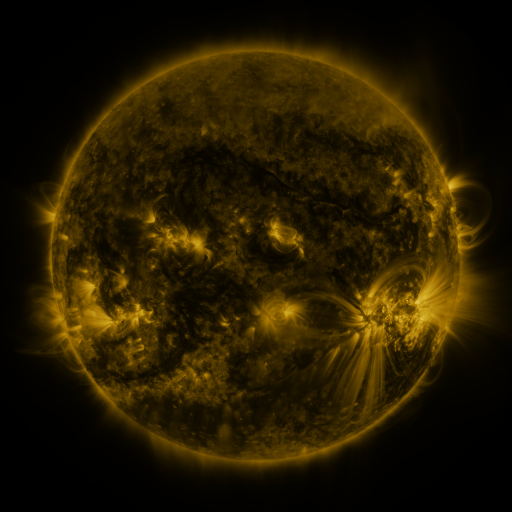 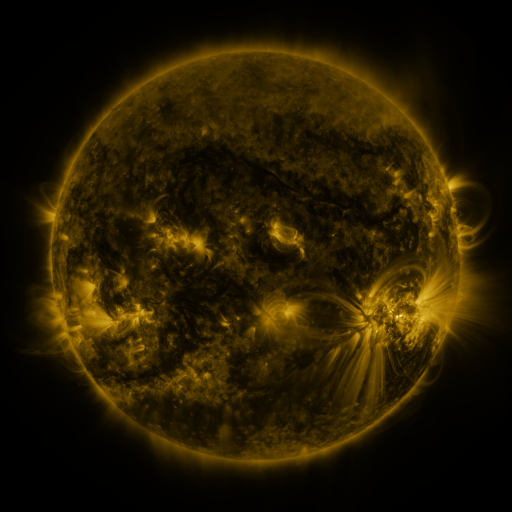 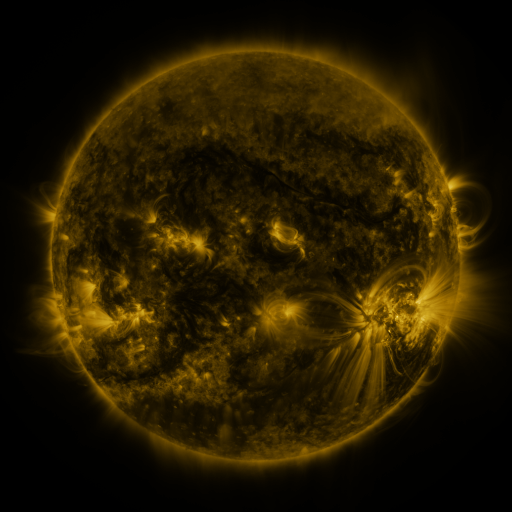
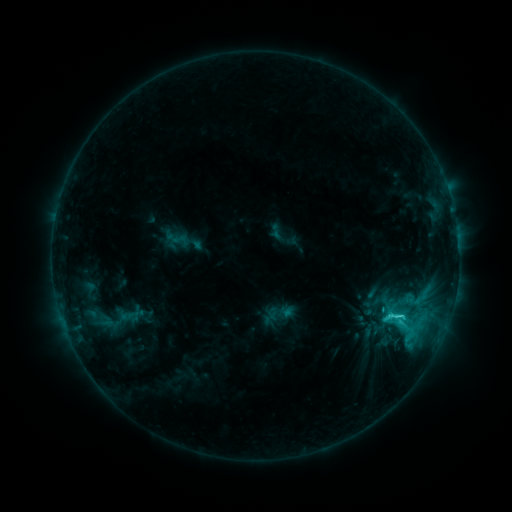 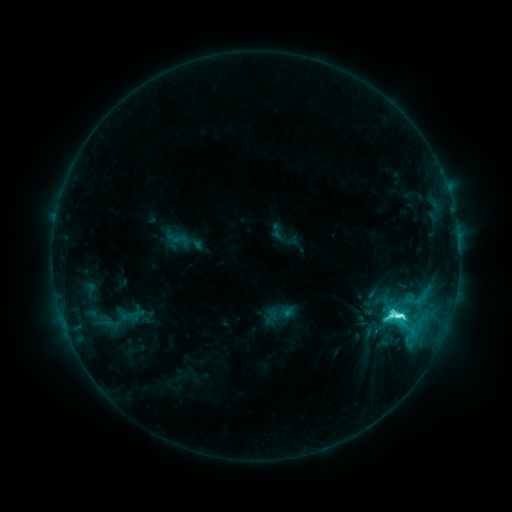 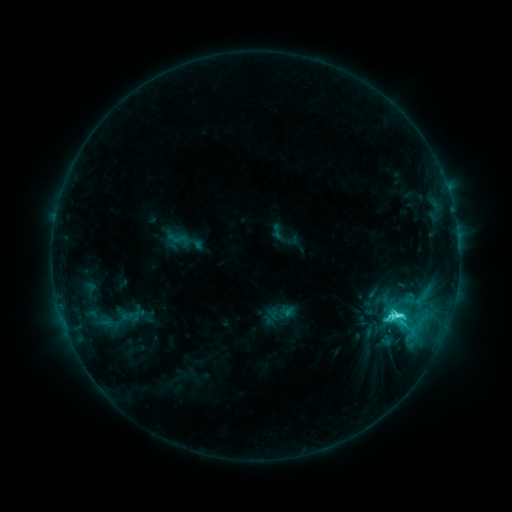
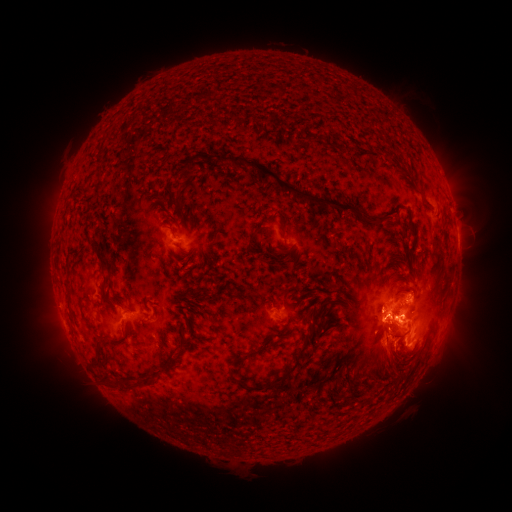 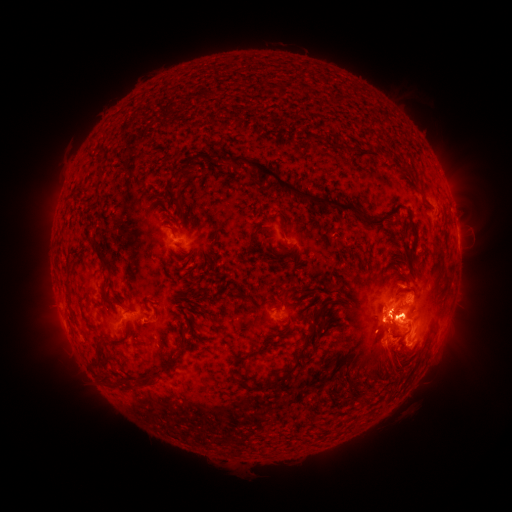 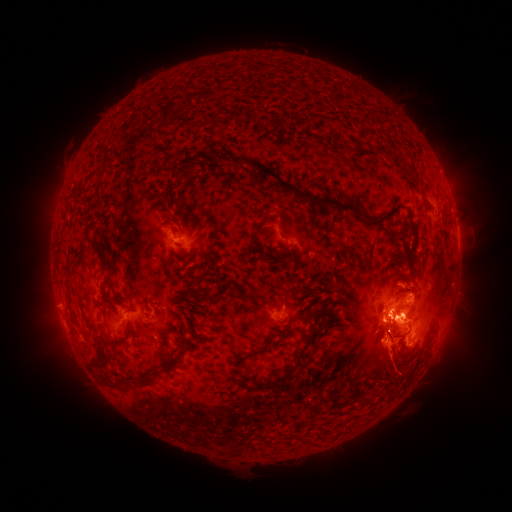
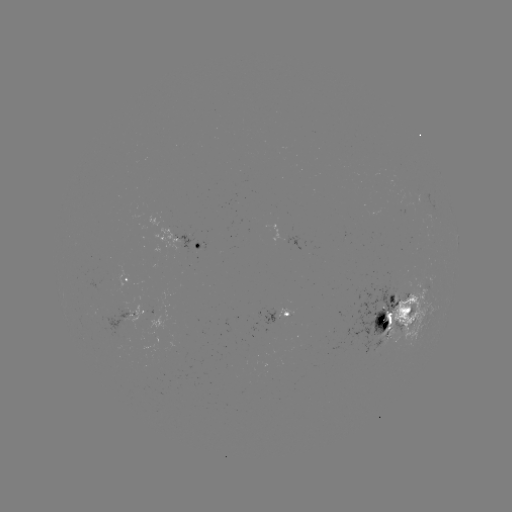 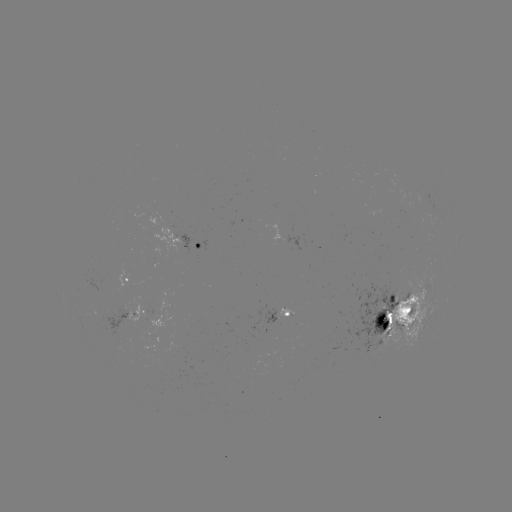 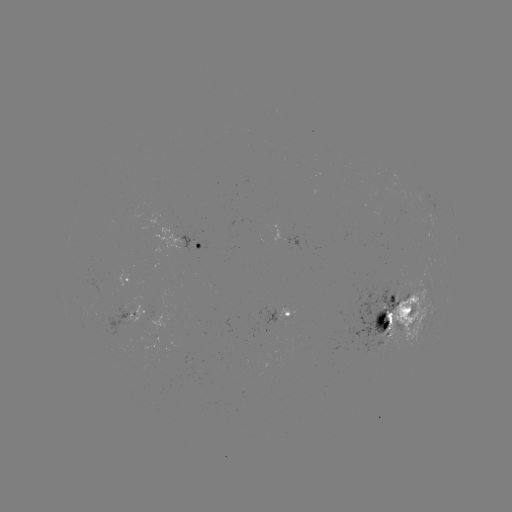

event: flare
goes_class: M1.0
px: (396, 313)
